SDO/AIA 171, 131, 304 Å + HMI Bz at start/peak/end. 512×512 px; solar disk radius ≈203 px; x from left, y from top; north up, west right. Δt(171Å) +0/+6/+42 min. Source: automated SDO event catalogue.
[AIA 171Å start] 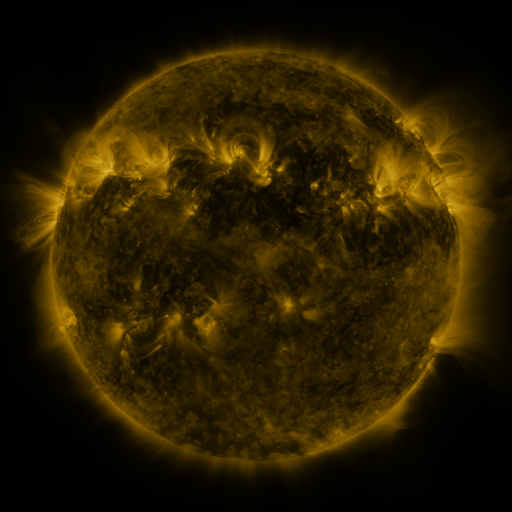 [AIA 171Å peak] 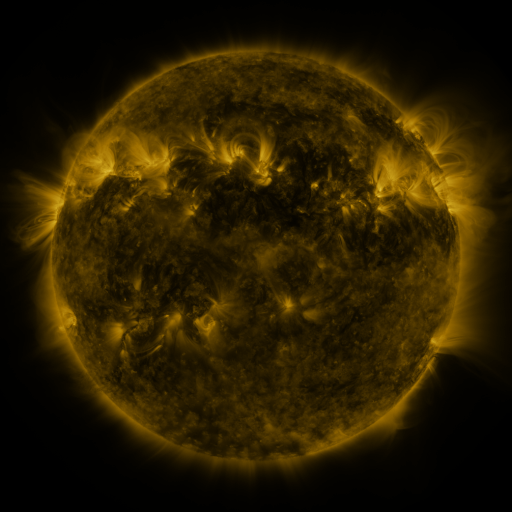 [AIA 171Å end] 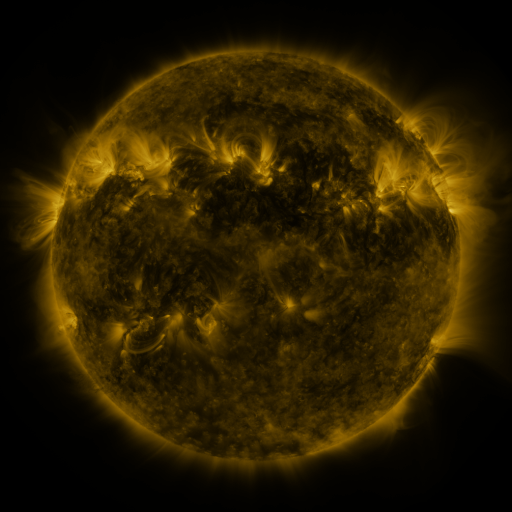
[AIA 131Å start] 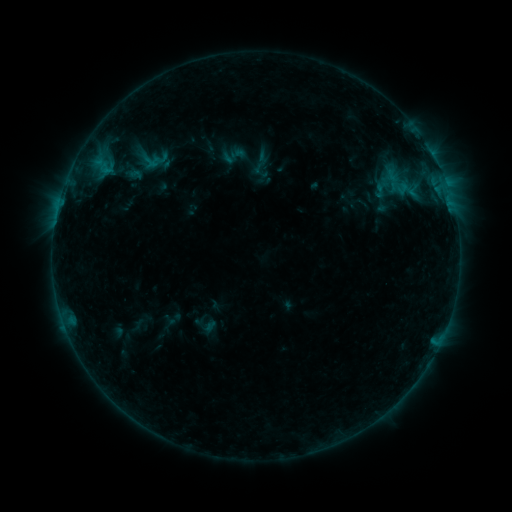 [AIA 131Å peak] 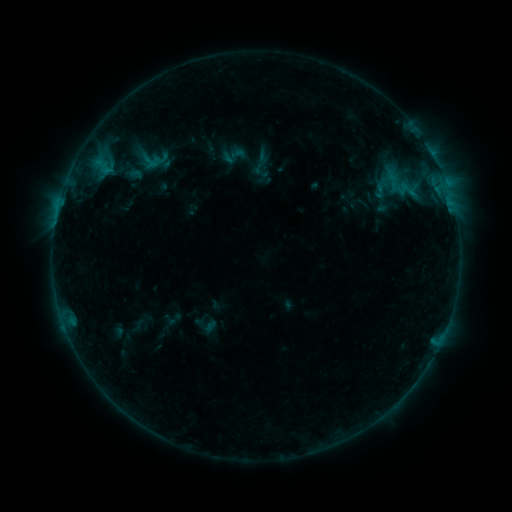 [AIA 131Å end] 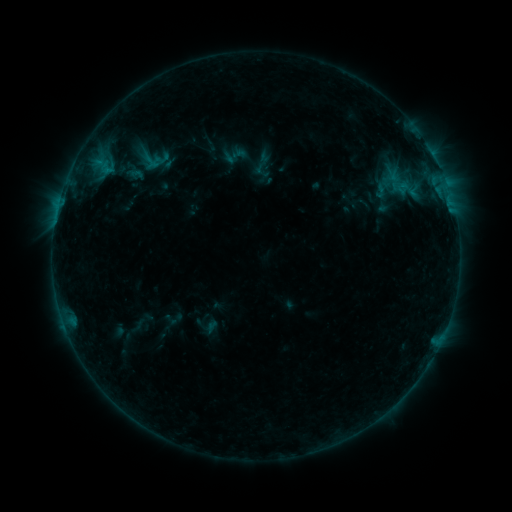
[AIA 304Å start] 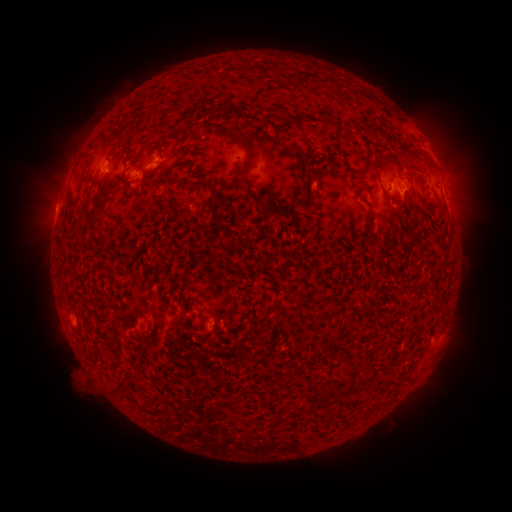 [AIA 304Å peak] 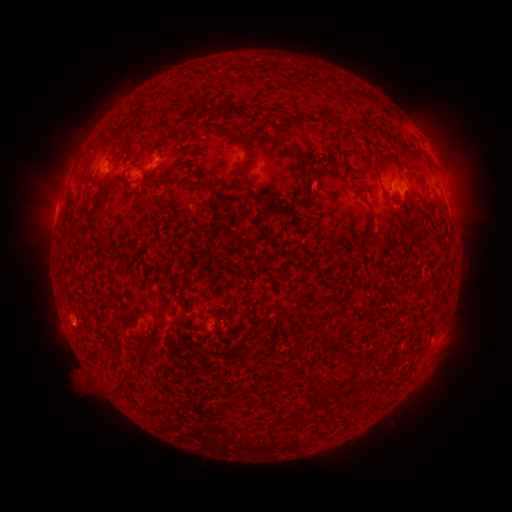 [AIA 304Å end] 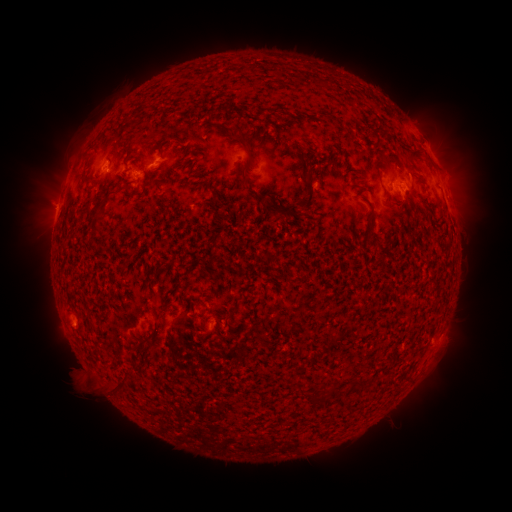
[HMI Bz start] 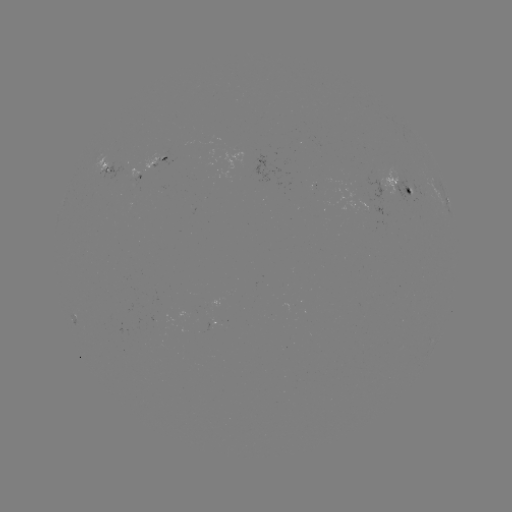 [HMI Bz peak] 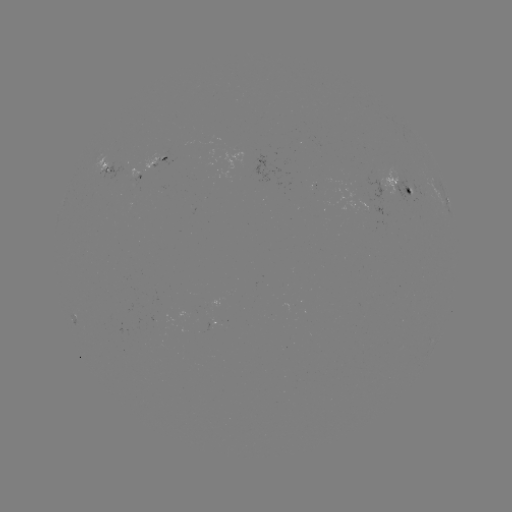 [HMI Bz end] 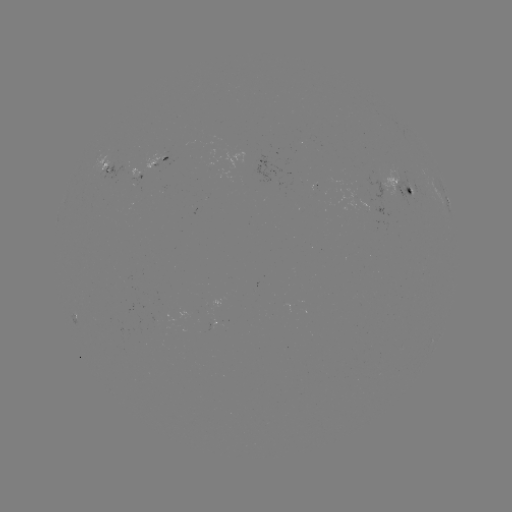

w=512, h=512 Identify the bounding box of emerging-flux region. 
[369, 179, 389, 200].